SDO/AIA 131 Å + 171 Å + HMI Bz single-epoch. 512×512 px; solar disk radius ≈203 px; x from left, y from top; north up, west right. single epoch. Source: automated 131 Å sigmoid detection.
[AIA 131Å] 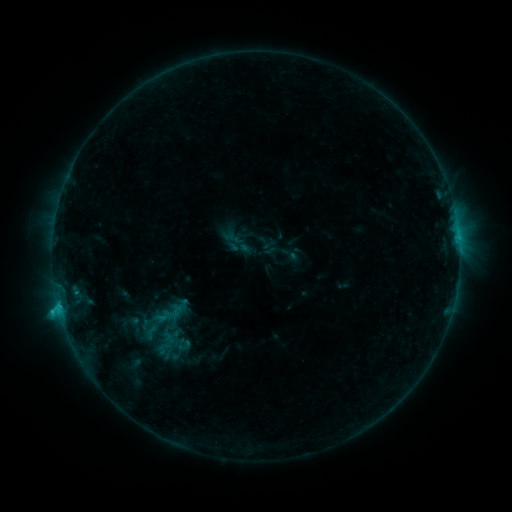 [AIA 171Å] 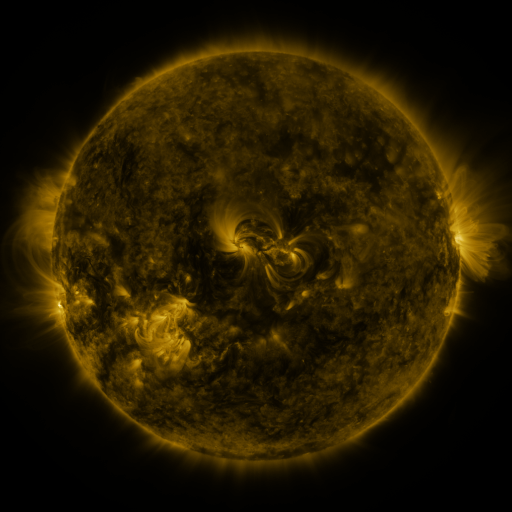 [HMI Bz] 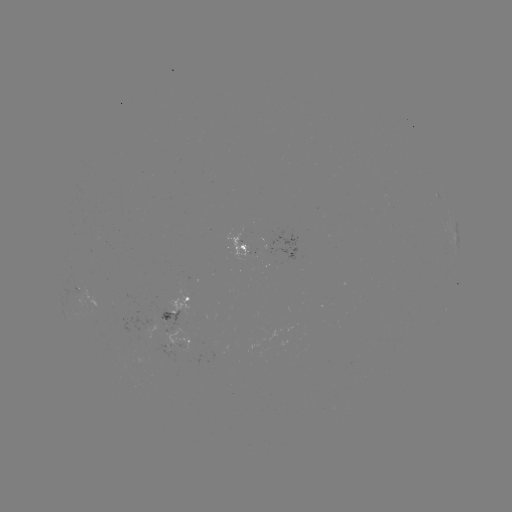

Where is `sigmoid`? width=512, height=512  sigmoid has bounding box [159, 300, 186, 324].